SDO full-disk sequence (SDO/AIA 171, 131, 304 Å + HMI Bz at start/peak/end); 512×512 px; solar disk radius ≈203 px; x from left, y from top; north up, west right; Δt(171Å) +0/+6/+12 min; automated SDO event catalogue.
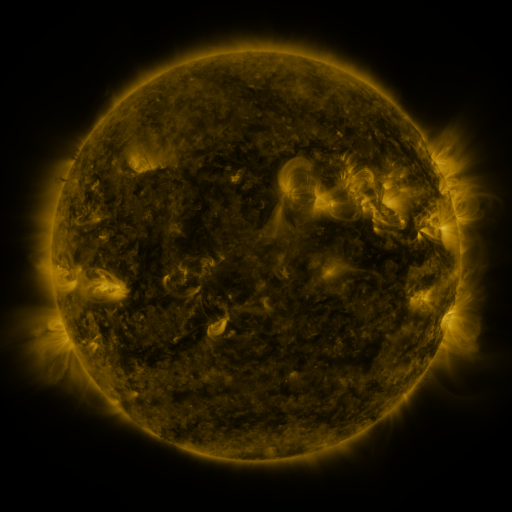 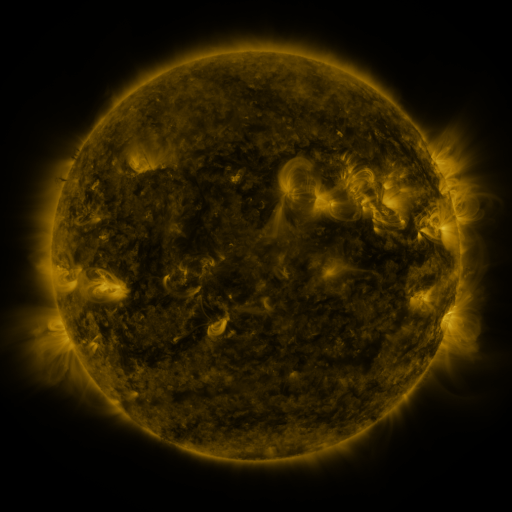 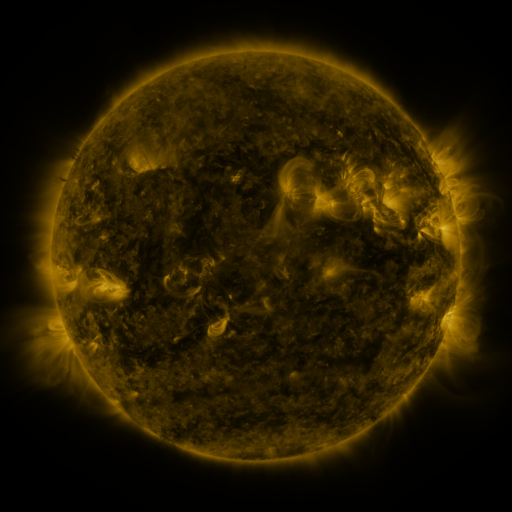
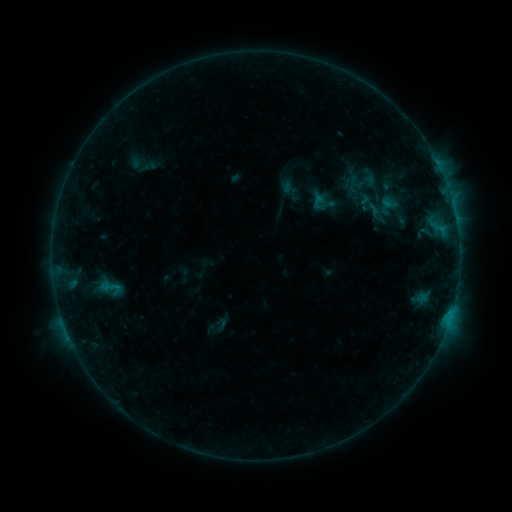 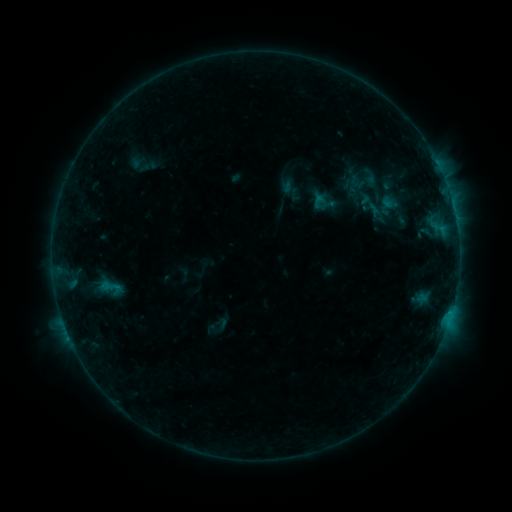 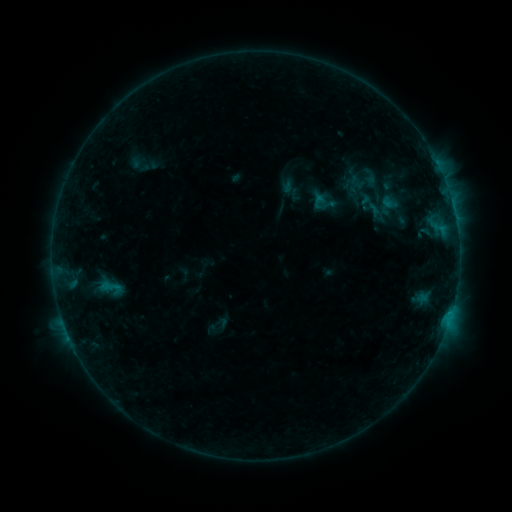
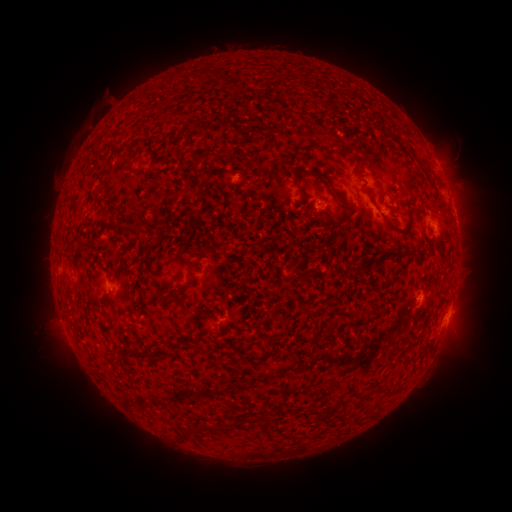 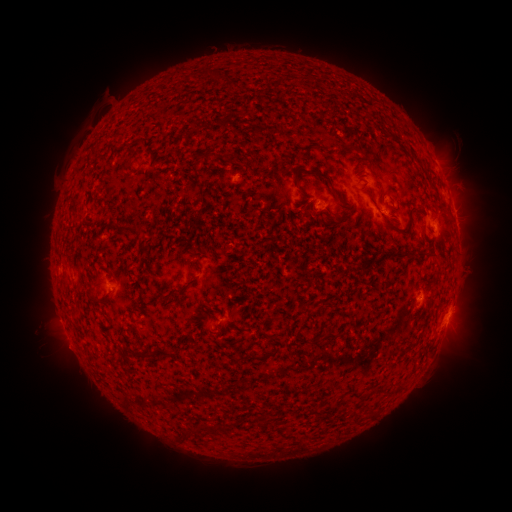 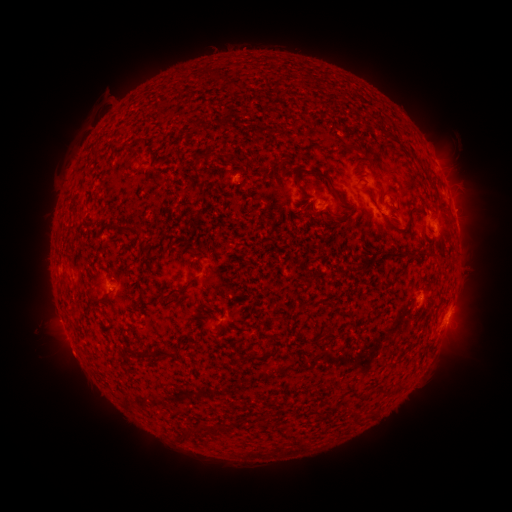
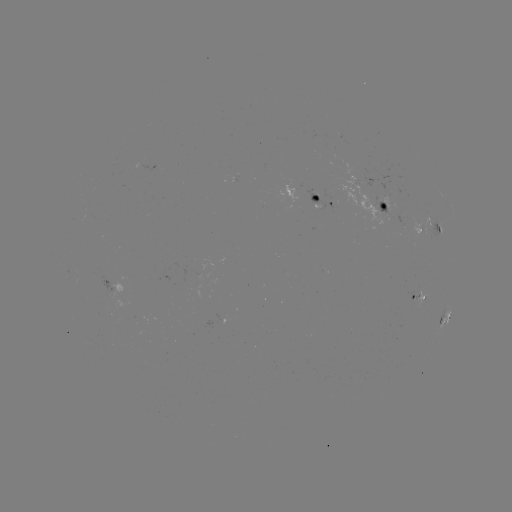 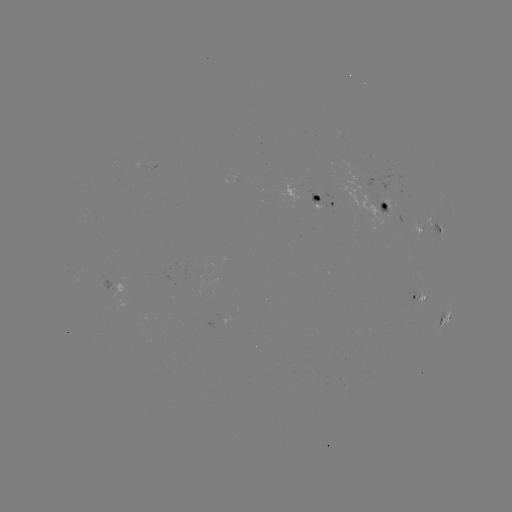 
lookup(eruption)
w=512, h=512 (71, 355)